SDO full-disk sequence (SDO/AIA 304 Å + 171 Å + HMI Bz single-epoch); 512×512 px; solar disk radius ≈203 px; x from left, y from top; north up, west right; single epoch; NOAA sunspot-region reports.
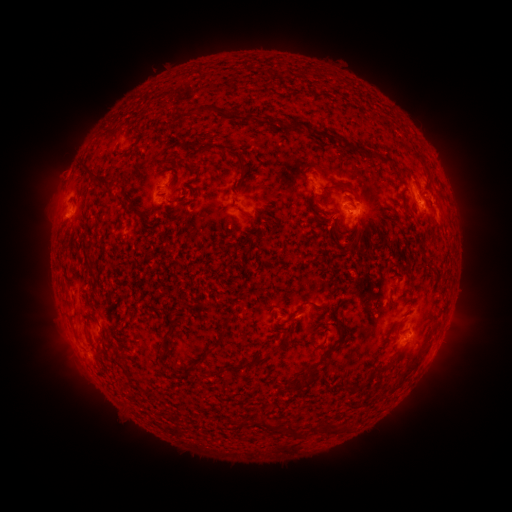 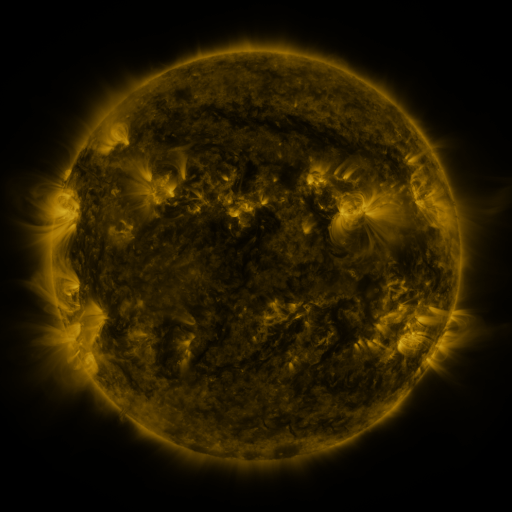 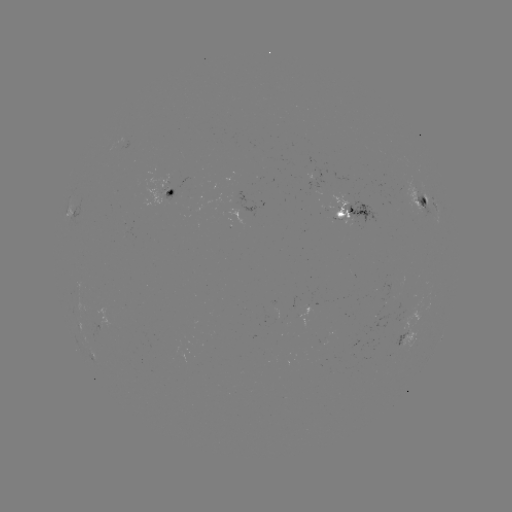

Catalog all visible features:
spotted active region: (319, 187)
spotted active region: (170, 194)
spotted active region: (420, 199)
spotted active region: (436, 204)
spotted active region: (356, 215)
spotted active region: (442, 335)
spotted active region: (409, 338)
